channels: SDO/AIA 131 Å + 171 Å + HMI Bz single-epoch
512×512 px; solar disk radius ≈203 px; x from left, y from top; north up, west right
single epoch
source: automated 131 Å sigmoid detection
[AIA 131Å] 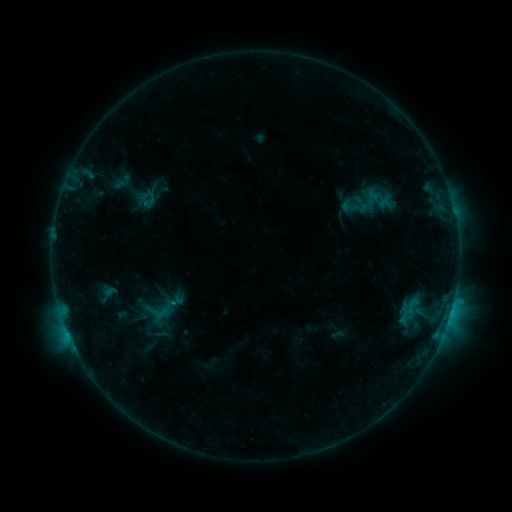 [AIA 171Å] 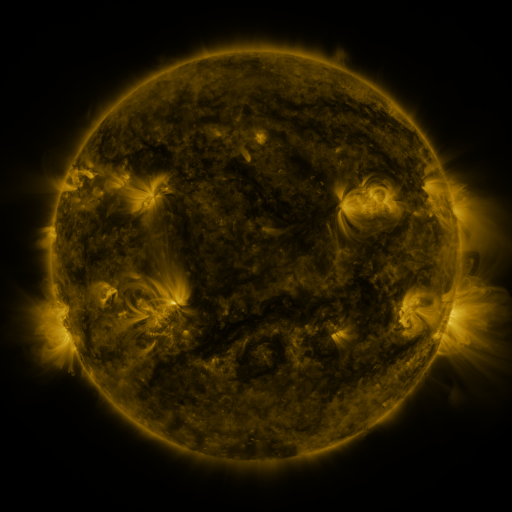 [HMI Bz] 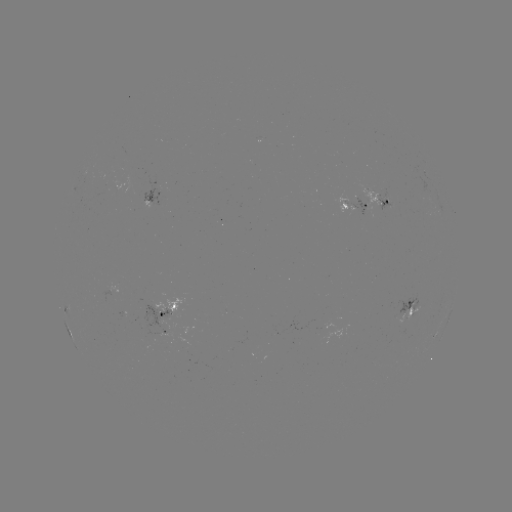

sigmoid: (136, 187, 152, 204)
